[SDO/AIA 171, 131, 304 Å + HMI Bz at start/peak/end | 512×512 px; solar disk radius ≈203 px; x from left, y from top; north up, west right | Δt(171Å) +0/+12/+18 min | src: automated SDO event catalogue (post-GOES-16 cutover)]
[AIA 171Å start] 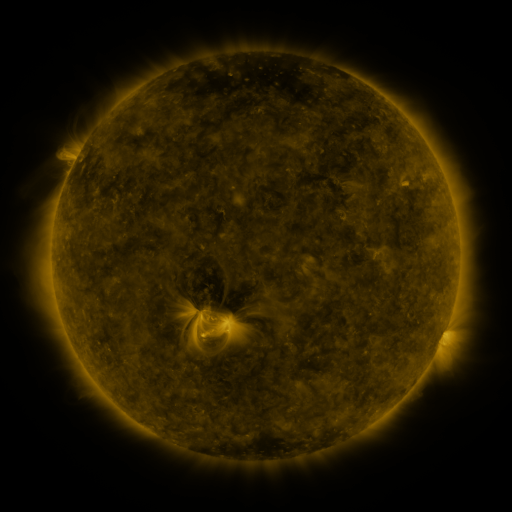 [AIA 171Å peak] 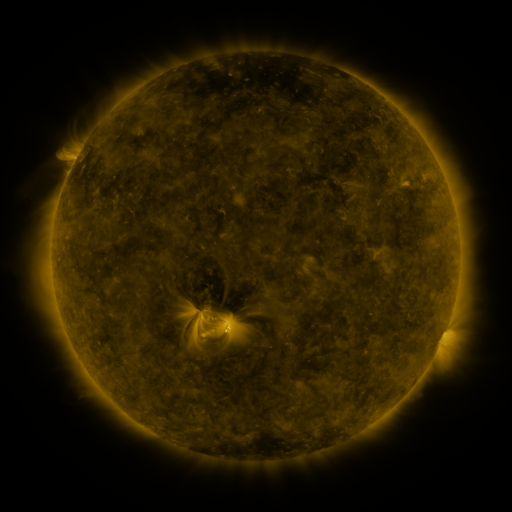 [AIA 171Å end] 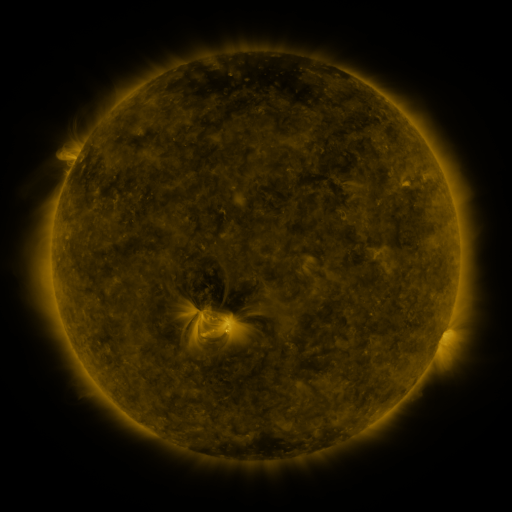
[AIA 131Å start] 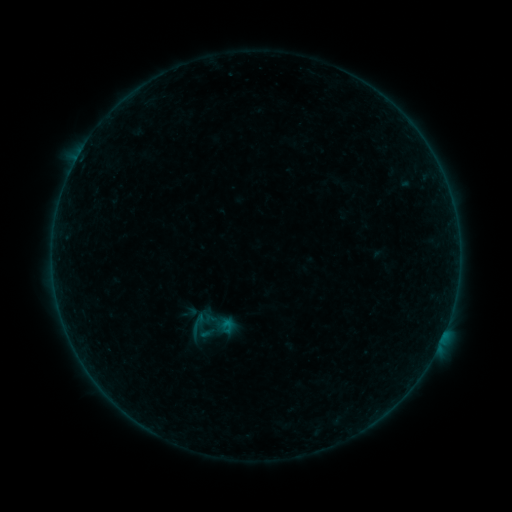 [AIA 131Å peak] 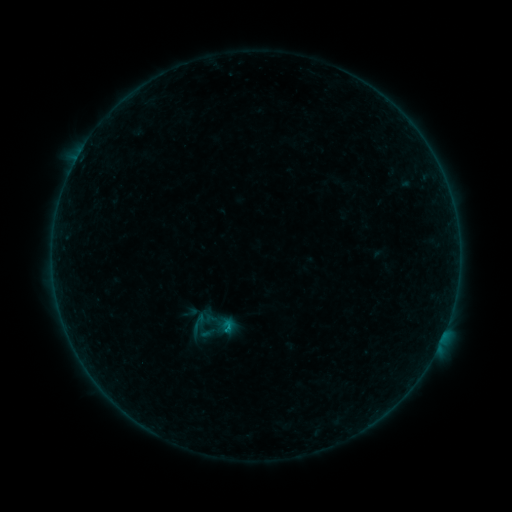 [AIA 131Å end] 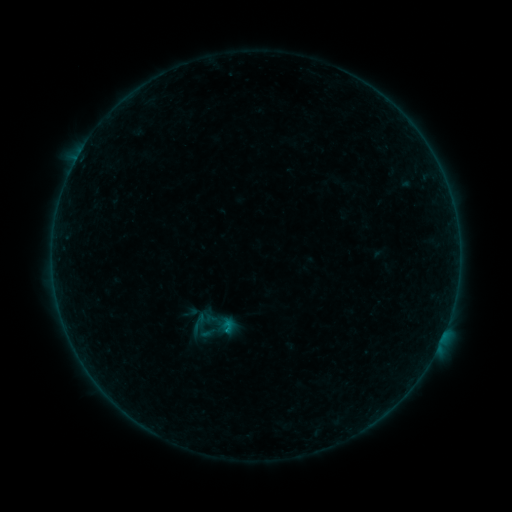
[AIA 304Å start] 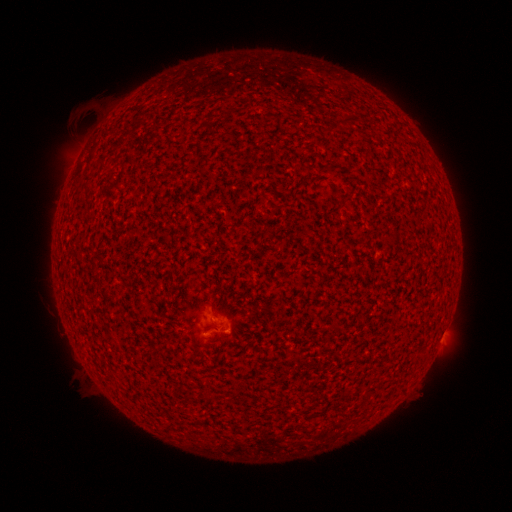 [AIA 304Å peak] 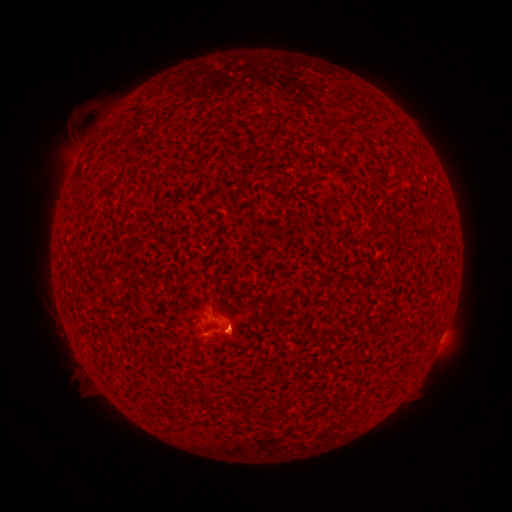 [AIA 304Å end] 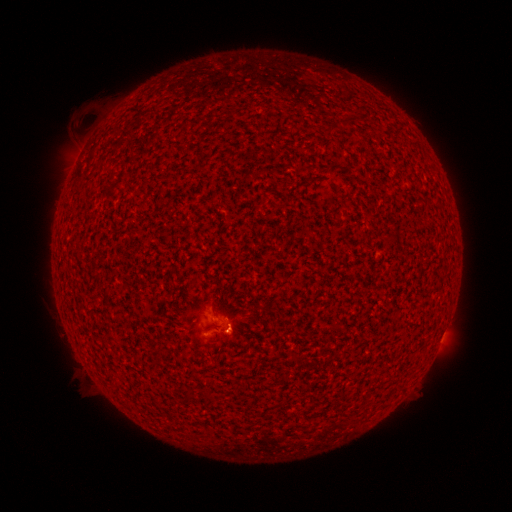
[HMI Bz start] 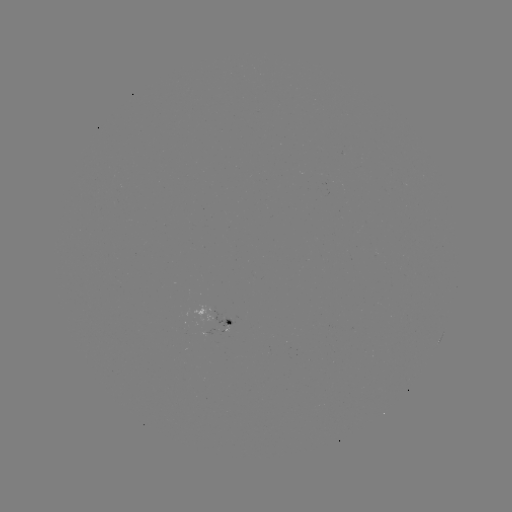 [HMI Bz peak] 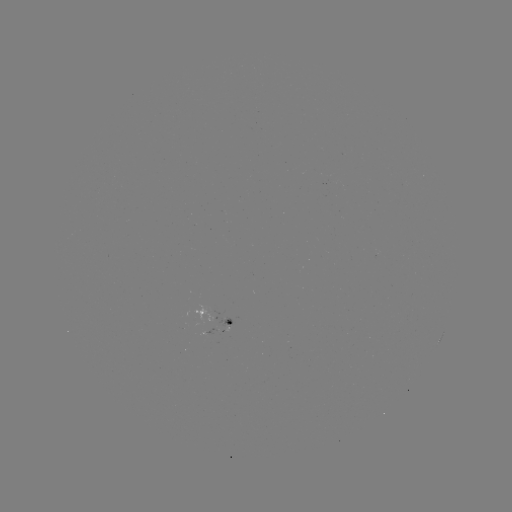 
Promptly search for B1.5 flare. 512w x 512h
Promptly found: (228, 327).